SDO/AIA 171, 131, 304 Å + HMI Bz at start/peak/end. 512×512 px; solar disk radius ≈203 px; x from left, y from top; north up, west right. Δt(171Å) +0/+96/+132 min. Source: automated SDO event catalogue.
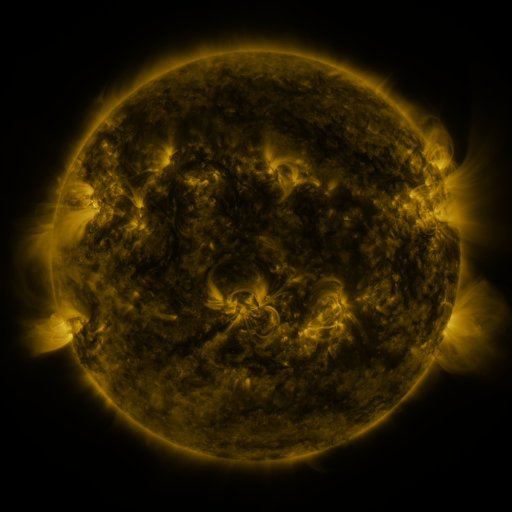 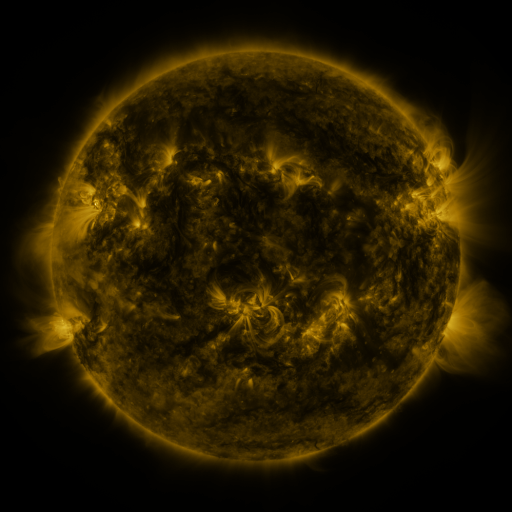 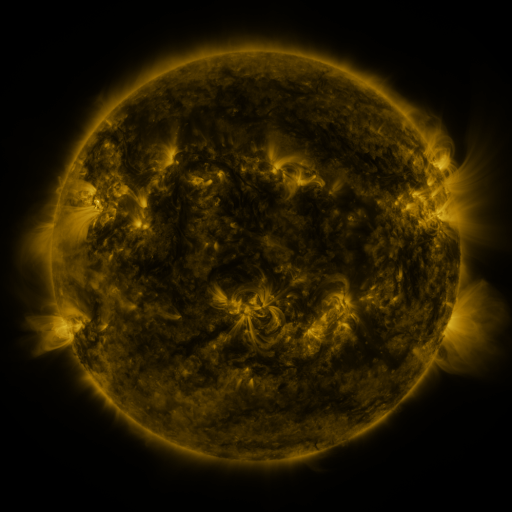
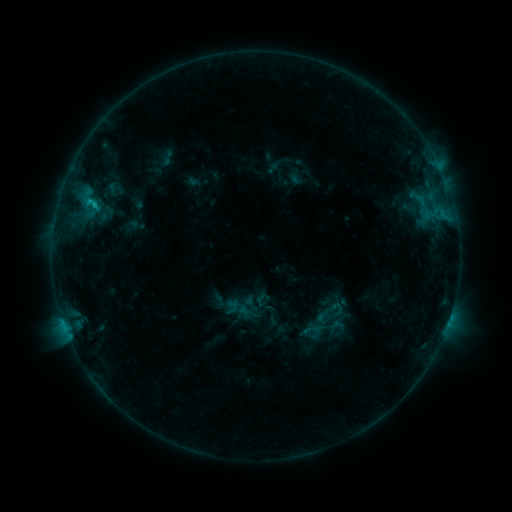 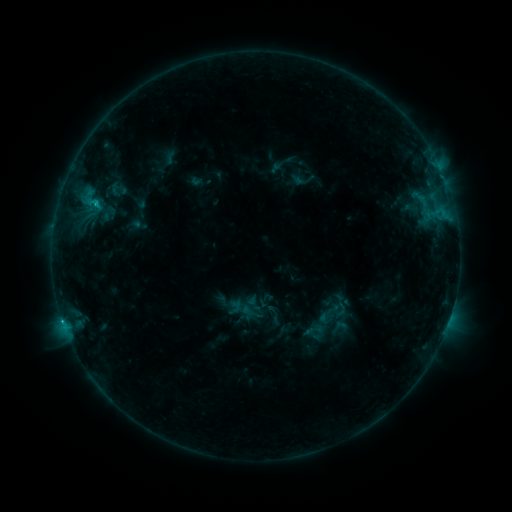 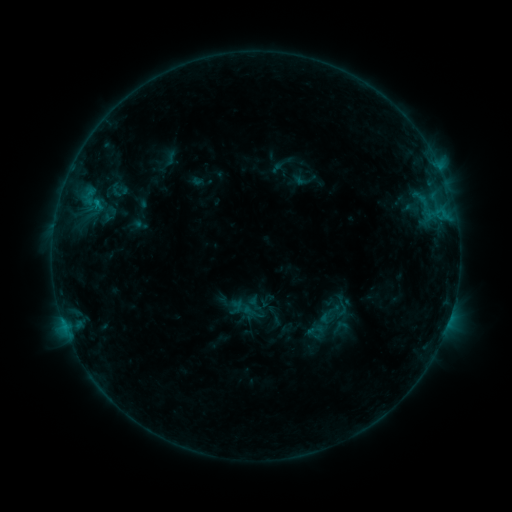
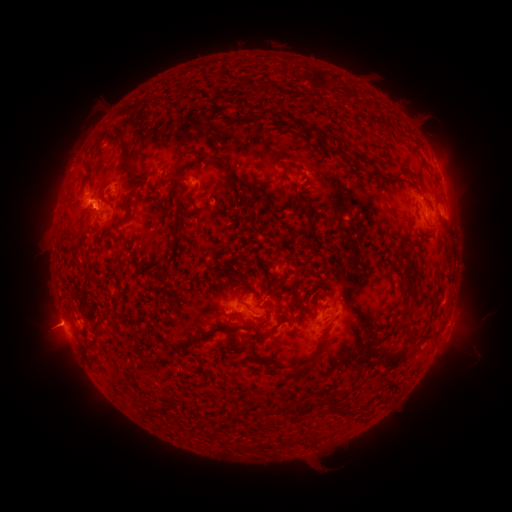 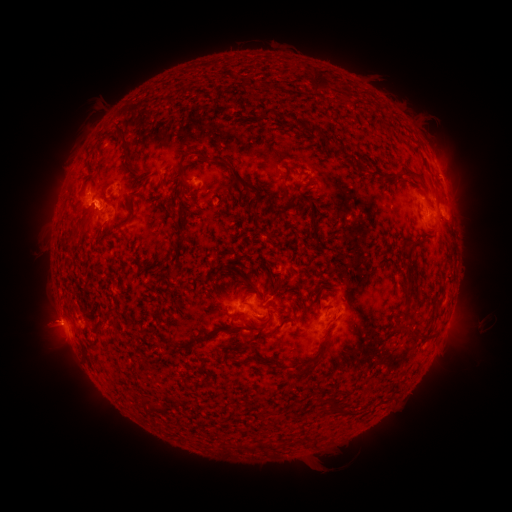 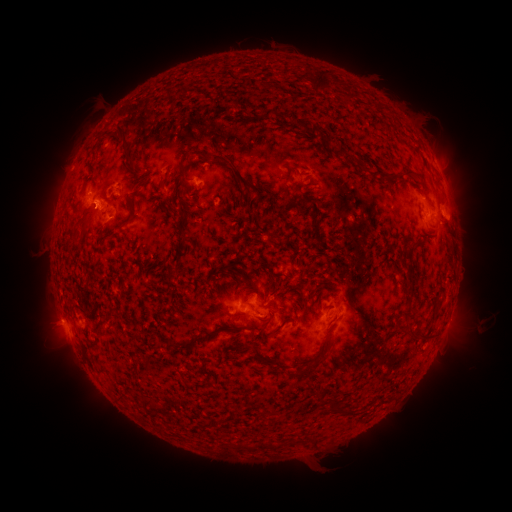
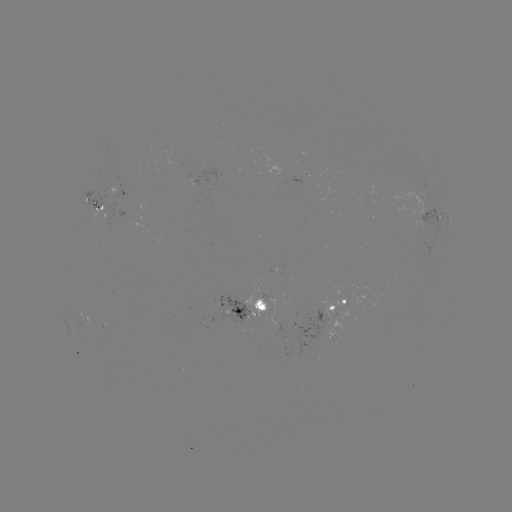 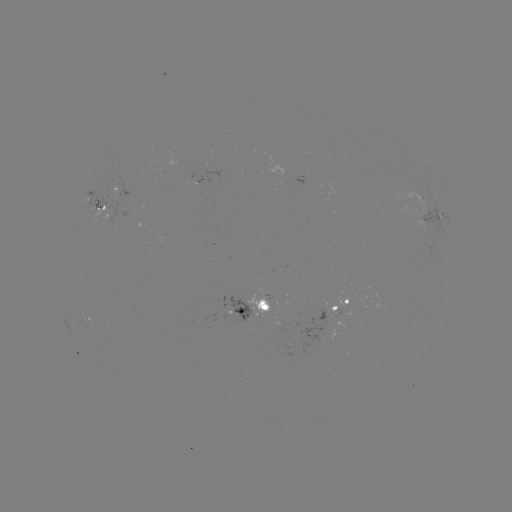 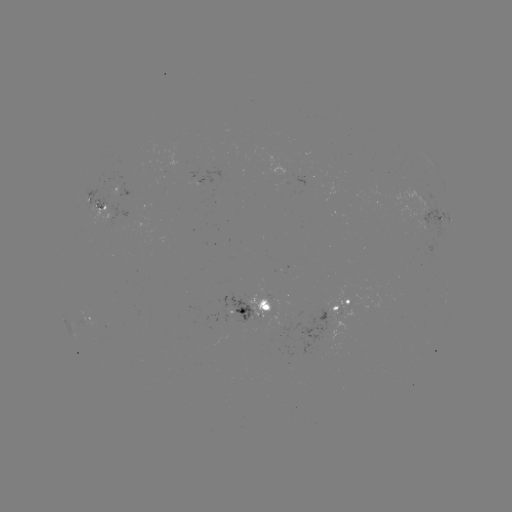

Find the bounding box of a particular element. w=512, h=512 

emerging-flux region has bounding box [273, 315, 287, 340].